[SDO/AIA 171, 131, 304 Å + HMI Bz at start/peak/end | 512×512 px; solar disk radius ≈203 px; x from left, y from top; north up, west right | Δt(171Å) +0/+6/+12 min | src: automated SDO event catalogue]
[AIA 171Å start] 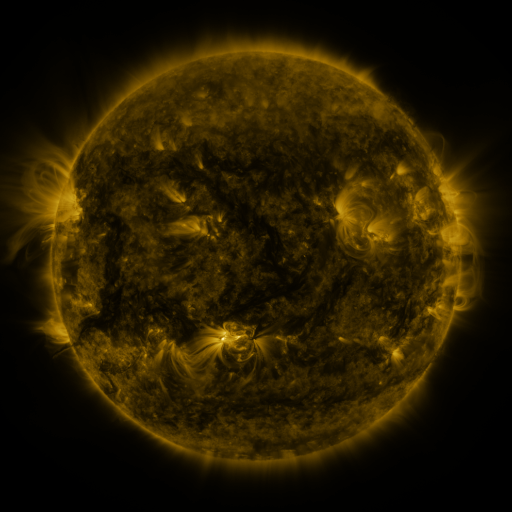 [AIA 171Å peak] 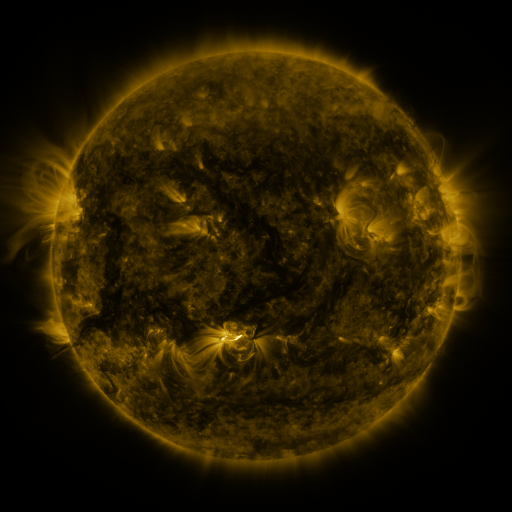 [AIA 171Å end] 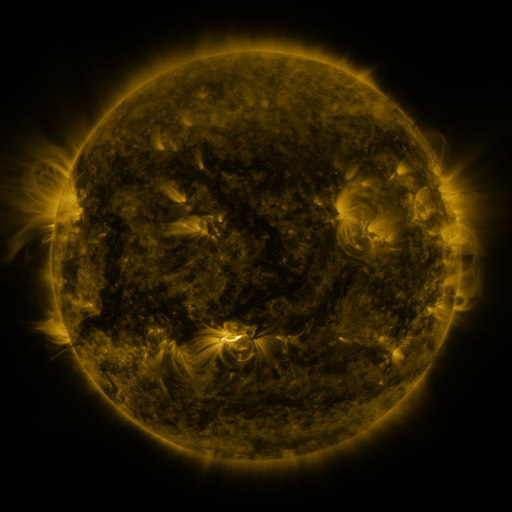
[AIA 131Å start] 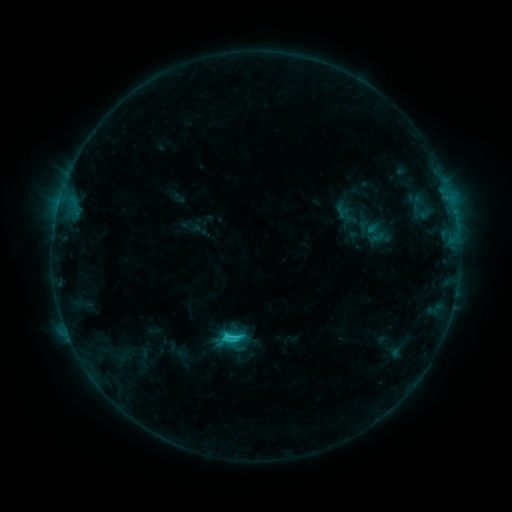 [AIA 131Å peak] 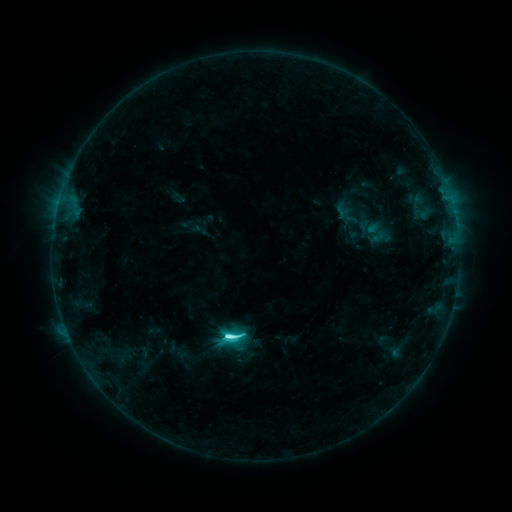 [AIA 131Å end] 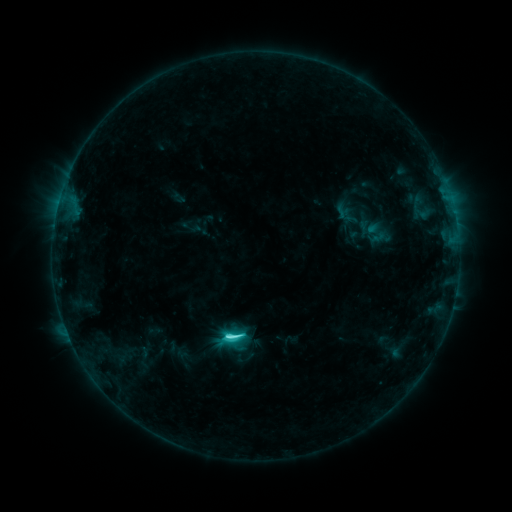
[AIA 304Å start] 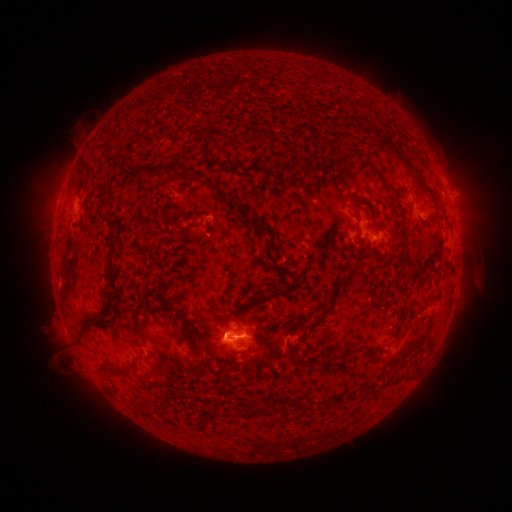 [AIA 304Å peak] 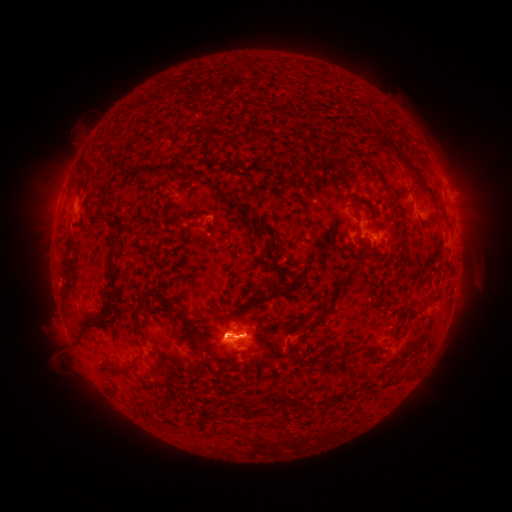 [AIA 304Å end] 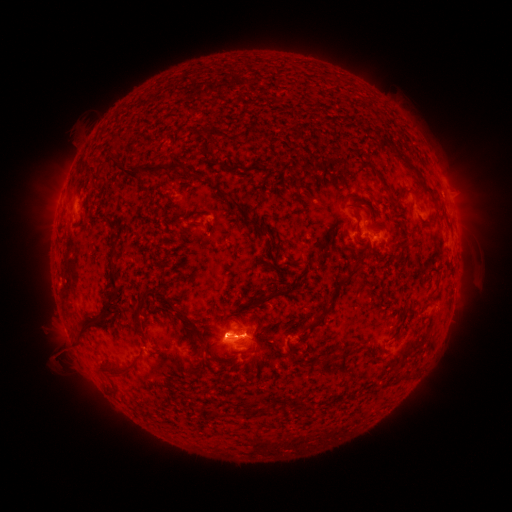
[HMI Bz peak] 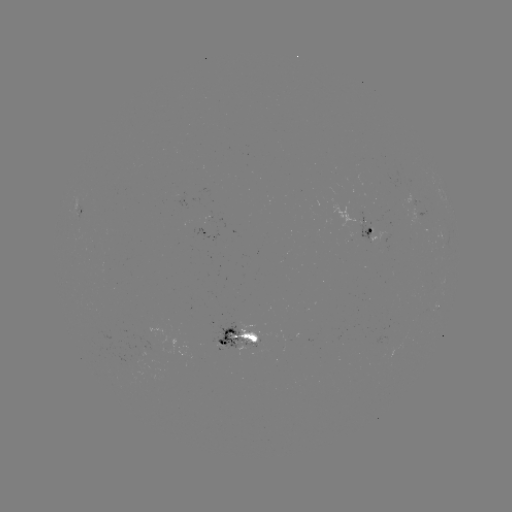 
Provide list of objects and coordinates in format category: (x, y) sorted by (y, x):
C5.4 flare: (228, 336)
